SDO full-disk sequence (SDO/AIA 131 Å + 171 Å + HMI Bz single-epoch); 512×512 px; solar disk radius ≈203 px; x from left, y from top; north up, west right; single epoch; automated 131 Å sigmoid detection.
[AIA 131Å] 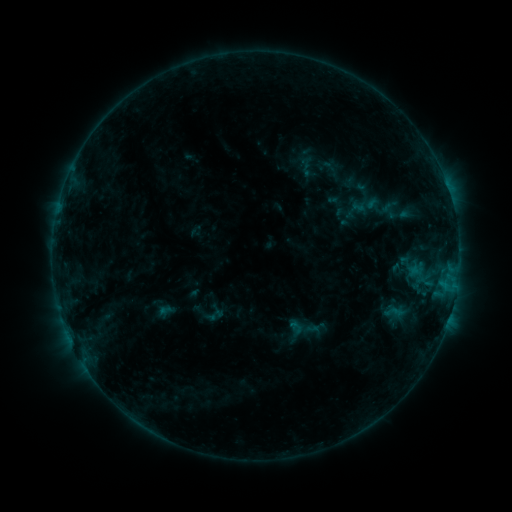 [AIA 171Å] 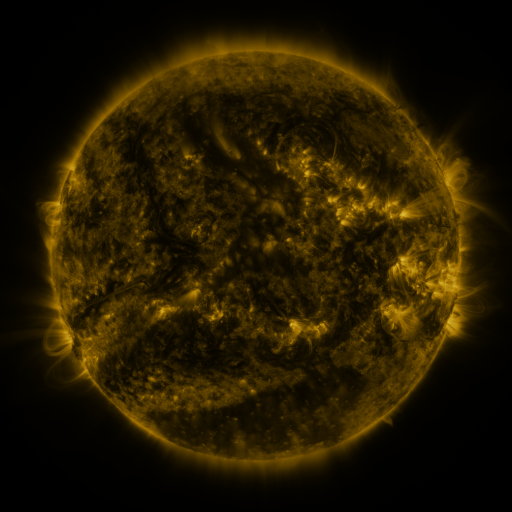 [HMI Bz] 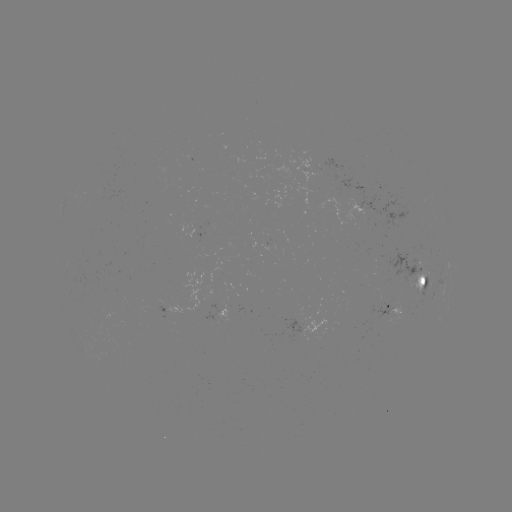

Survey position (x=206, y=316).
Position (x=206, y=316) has sigmoid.